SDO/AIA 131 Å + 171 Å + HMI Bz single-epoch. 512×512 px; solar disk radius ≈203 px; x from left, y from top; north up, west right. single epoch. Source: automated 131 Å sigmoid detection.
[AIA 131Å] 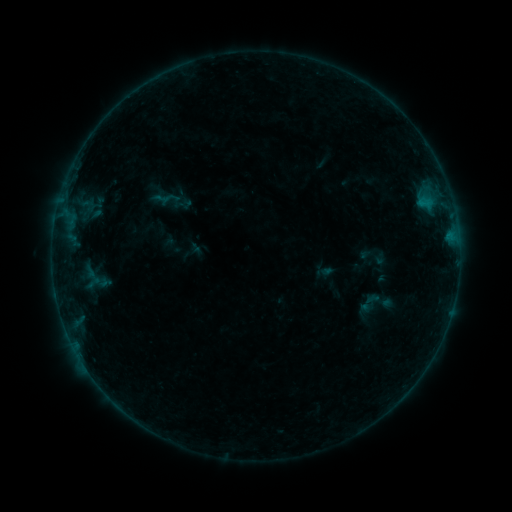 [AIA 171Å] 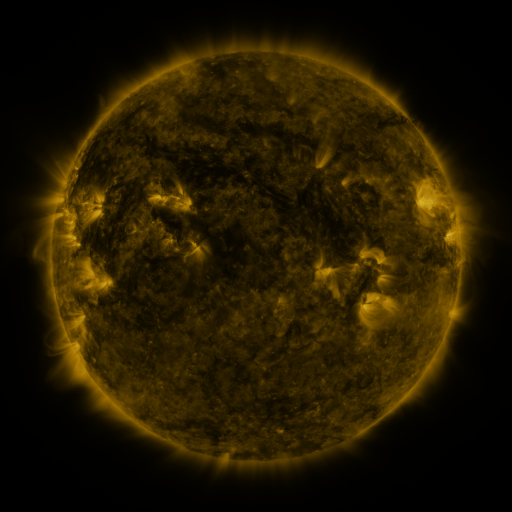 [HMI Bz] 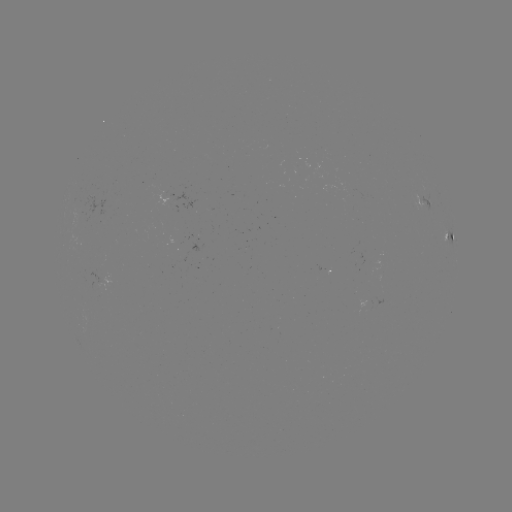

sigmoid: [357, 290, 381, 314]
